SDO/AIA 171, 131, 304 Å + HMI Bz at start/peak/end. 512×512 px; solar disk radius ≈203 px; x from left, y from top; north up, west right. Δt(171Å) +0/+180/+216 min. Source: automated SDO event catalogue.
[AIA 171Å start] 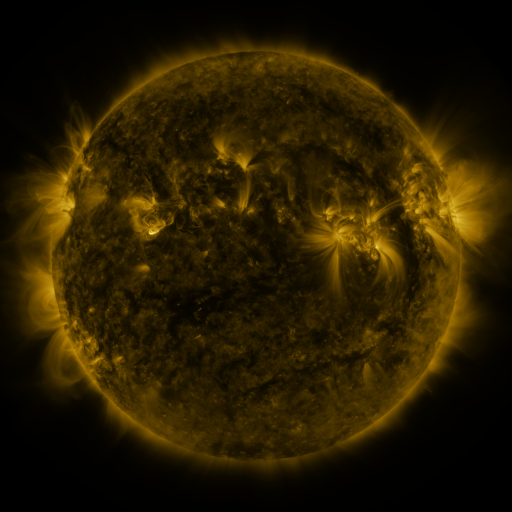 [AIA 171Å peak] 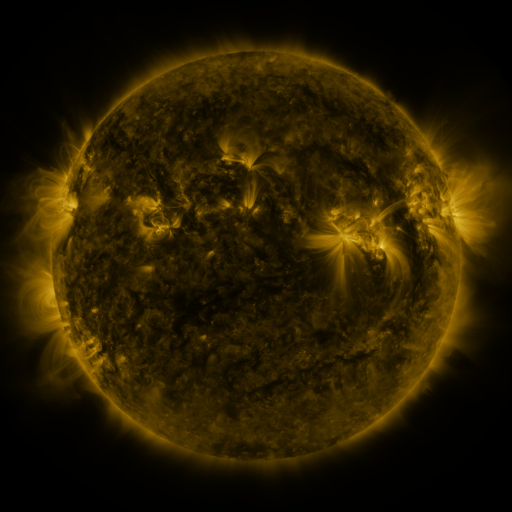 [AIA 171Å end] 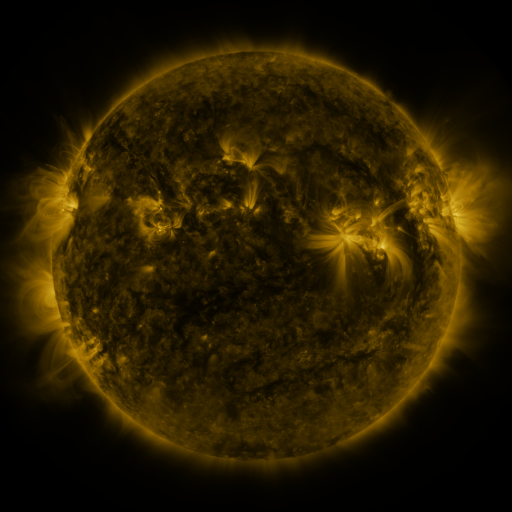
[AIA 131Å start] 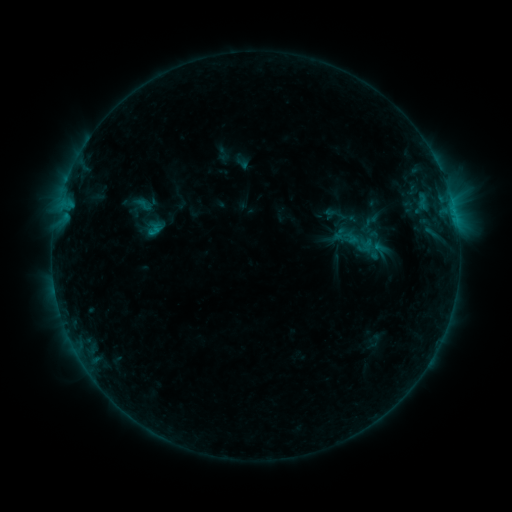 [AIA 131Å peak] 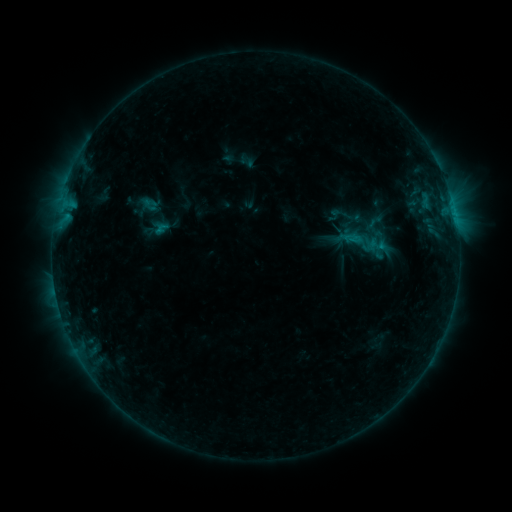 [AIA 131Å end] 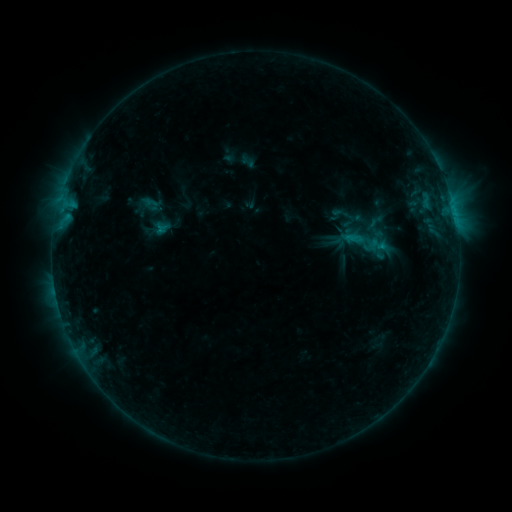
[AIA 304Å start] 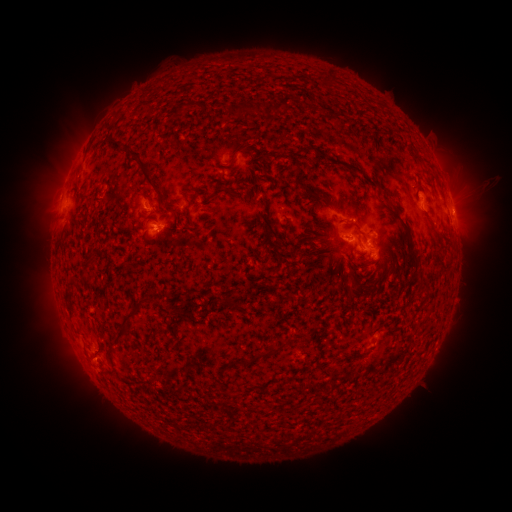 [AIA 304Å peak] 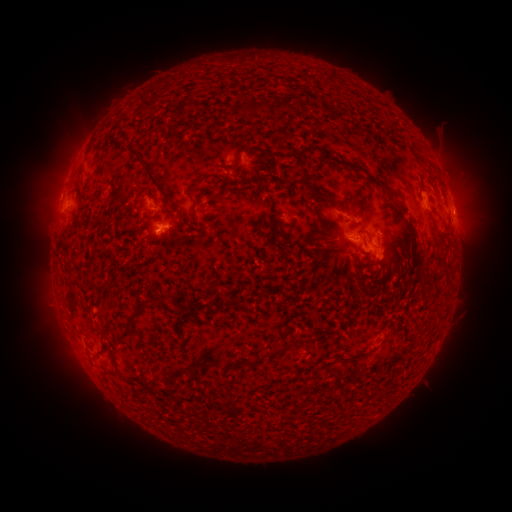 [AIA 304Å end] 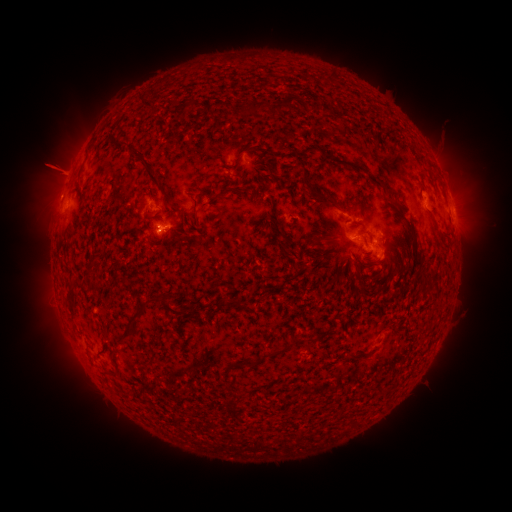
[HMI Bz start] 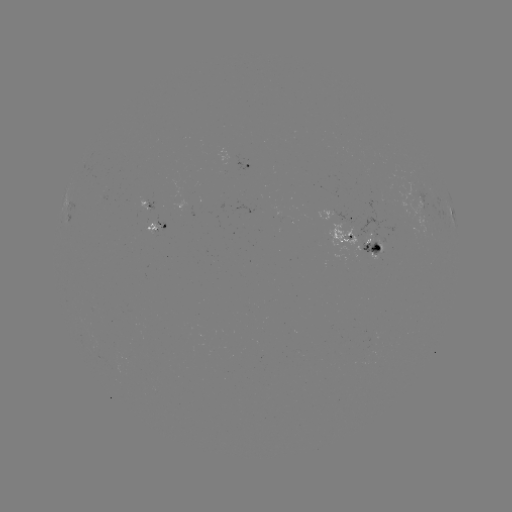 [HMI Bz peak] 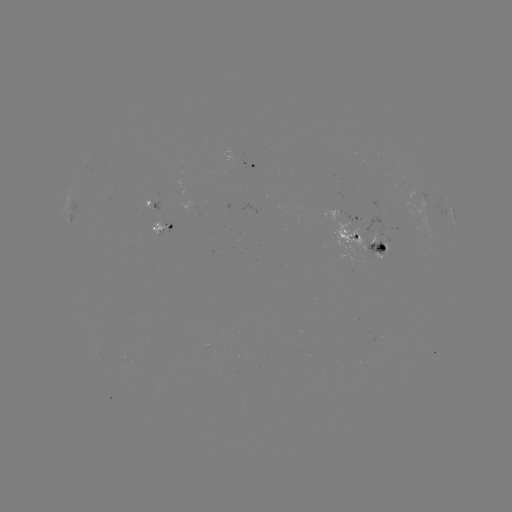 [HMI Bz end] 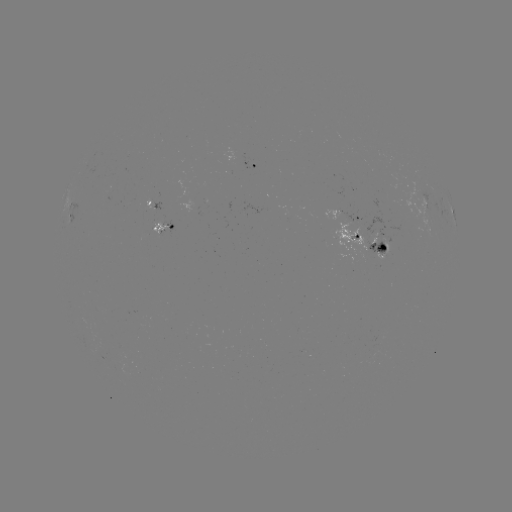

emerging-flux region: [331, 222, 368, 255]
